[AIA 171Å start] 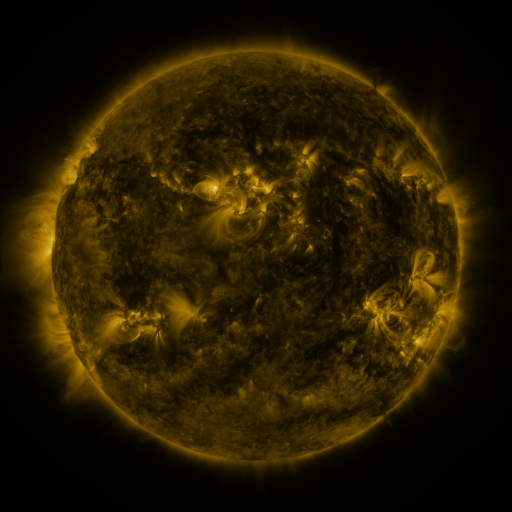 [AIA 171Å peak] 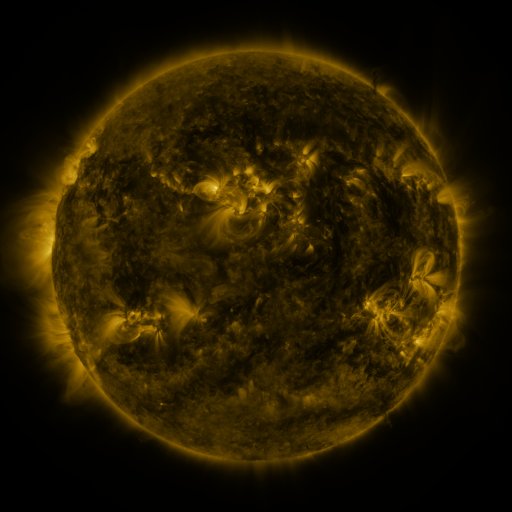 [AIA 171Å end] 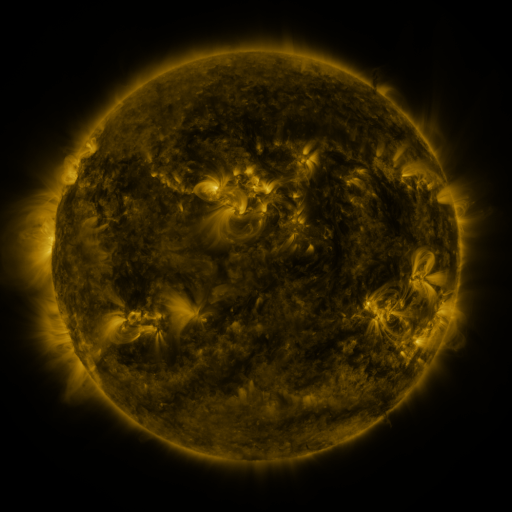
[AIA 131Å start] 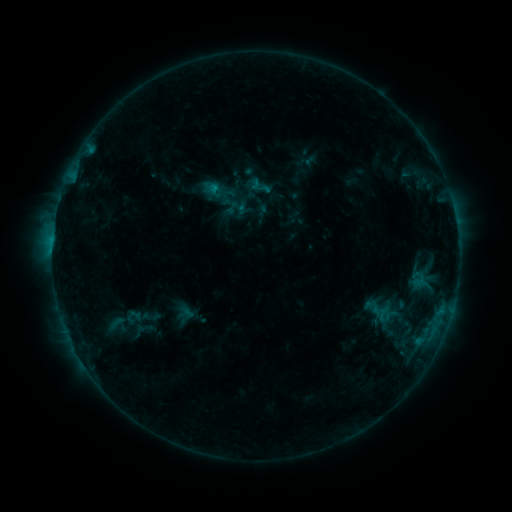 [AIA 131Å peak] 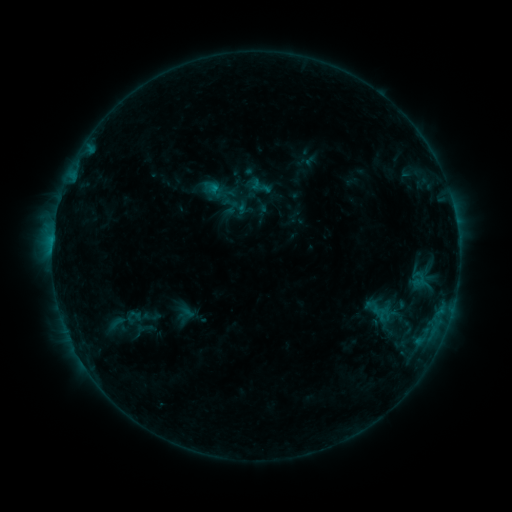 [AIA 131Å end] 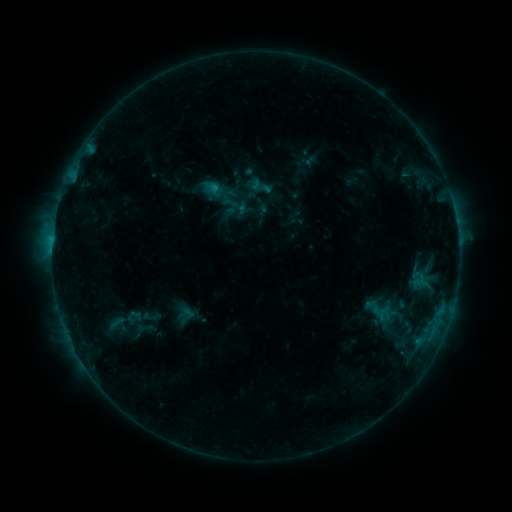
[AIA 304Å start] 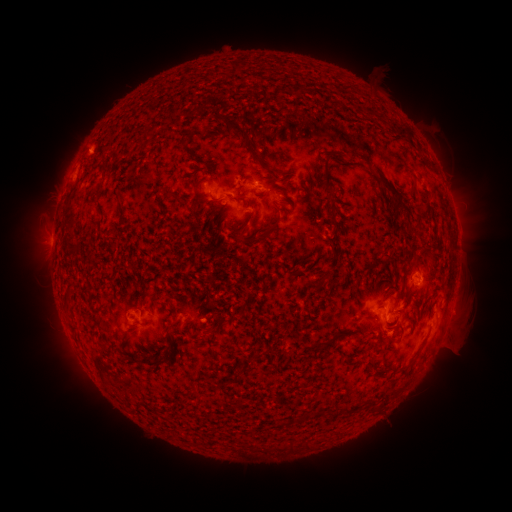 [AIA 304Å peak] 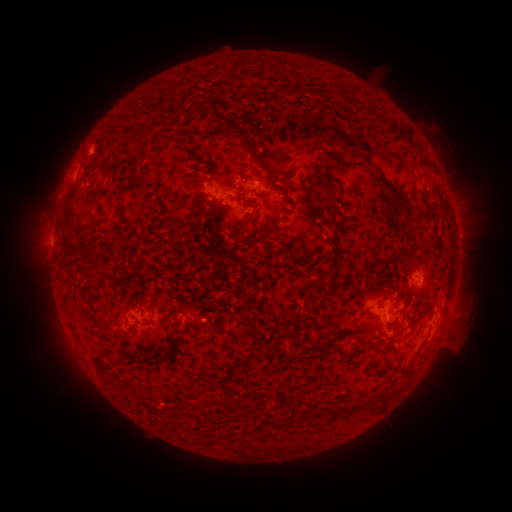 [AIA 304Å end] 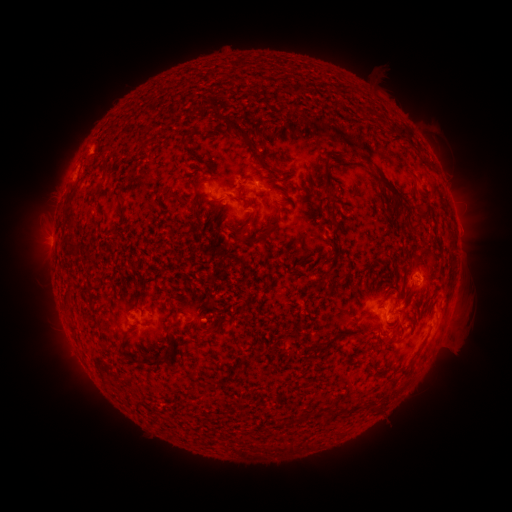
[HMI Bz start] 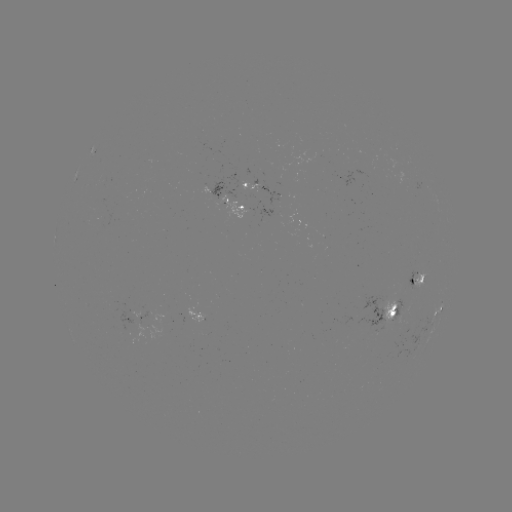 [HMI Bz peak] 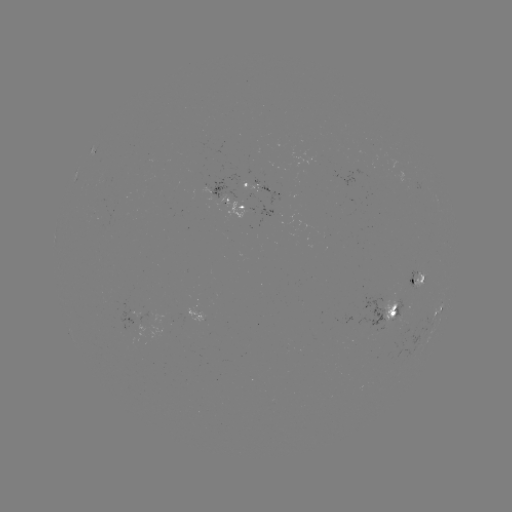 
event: eruption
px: (469, 237)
